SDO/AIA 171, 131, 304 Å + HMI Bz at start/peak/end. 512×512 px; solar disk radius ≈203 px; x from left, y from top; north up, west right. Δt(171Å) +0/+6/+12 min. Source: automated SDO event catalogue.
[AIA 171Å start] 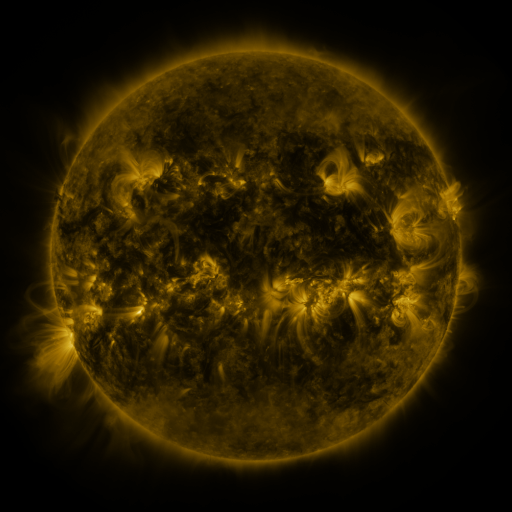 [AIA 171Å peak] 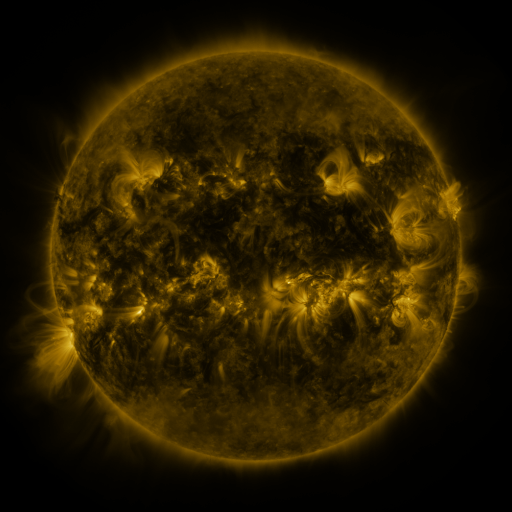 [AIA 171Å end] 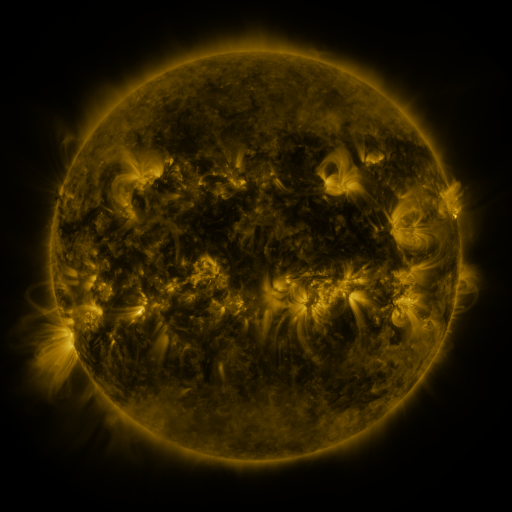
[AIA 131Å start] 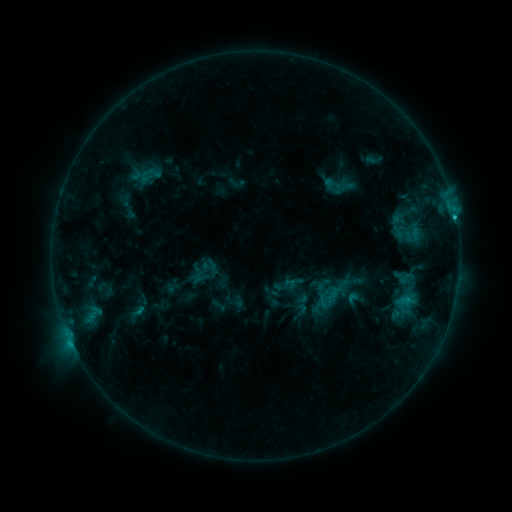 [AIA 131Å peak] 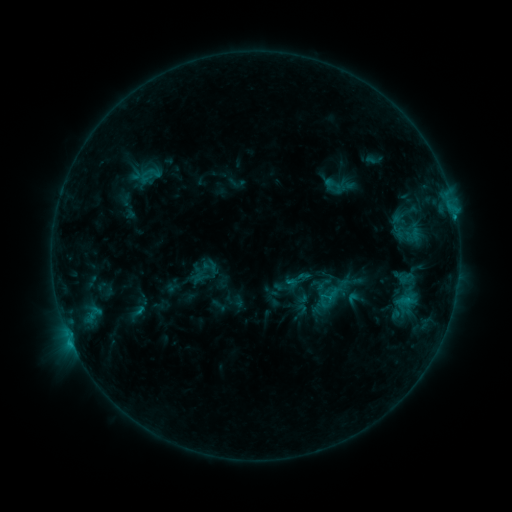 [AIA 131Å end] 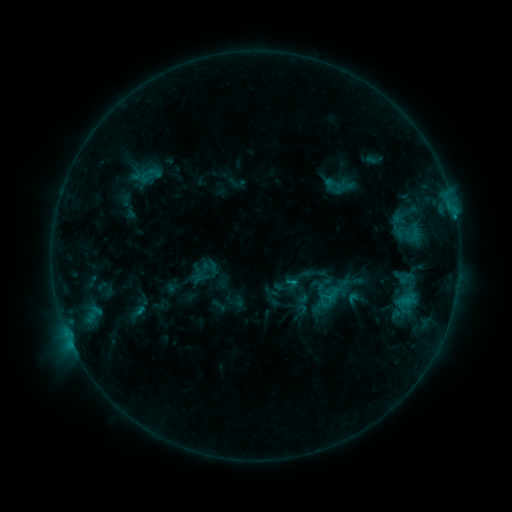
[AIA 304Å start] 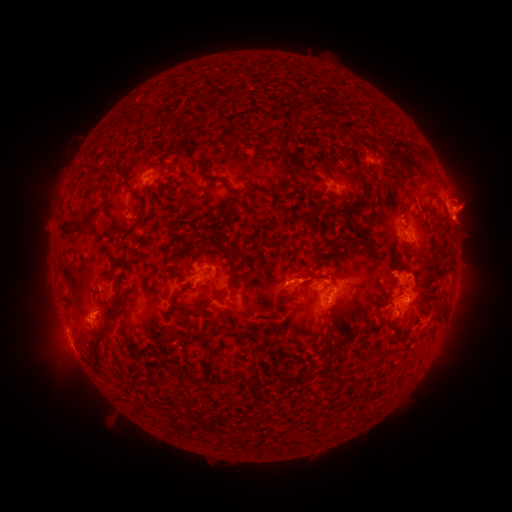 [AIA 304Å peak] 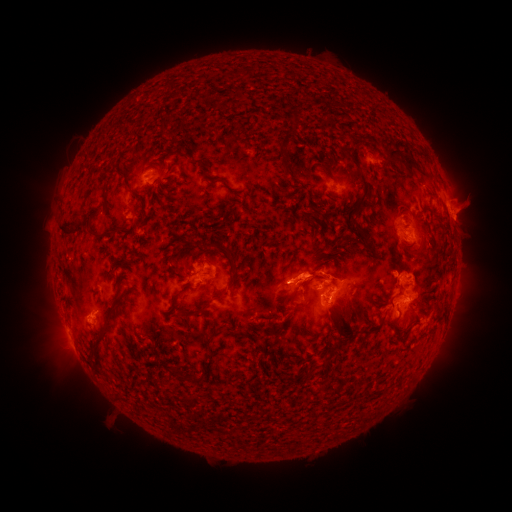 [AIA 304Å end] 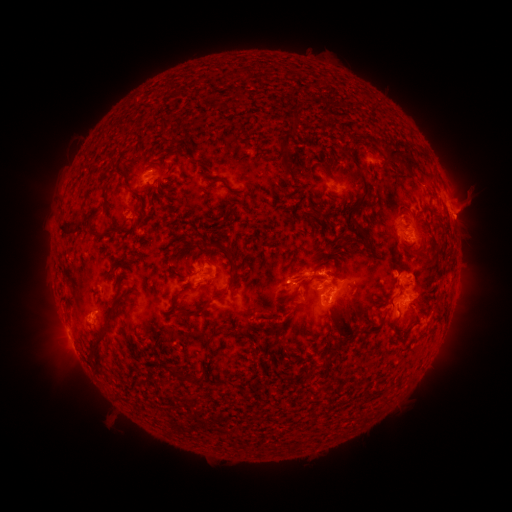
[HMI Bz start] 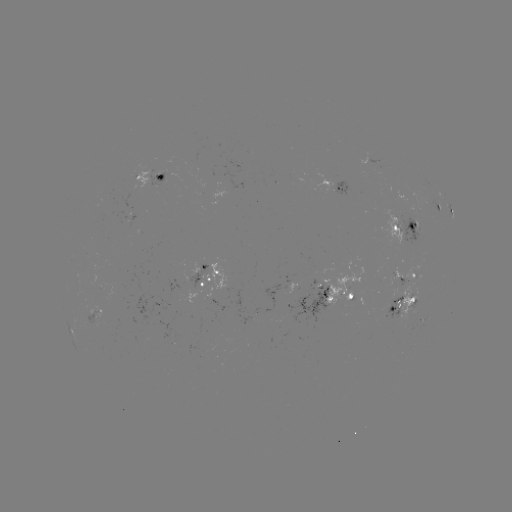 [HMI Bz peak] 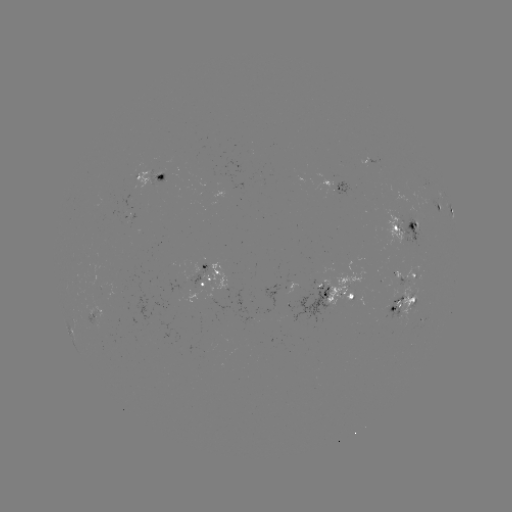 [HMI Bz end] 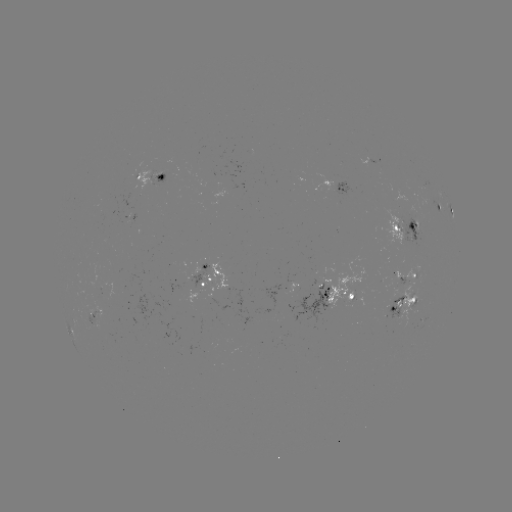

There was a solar eruption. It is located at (293, 273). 